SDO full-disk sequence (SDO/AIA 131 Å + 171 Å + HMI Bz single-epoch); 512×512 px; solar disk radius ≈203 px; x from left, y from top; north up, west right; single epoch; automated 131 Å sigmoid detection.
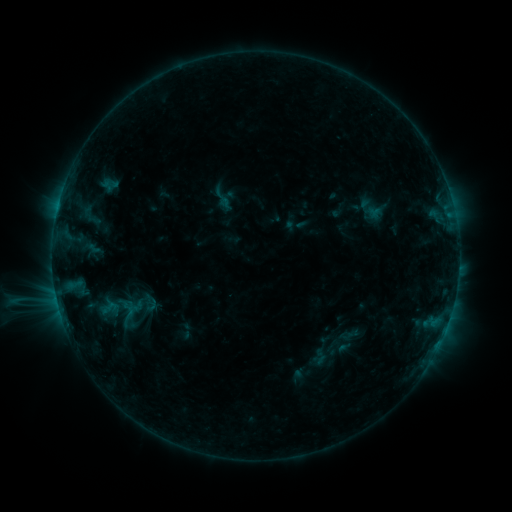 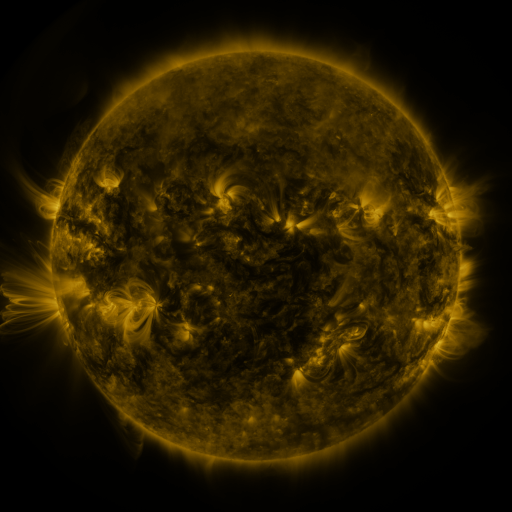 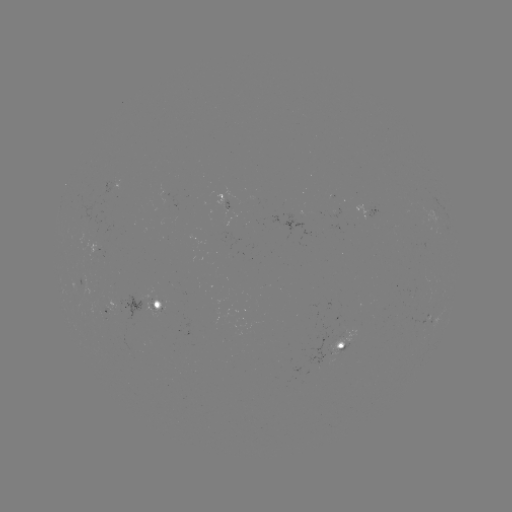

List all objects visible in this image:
sigmoid: (222, 198)
sigmoid: (110, 308)
